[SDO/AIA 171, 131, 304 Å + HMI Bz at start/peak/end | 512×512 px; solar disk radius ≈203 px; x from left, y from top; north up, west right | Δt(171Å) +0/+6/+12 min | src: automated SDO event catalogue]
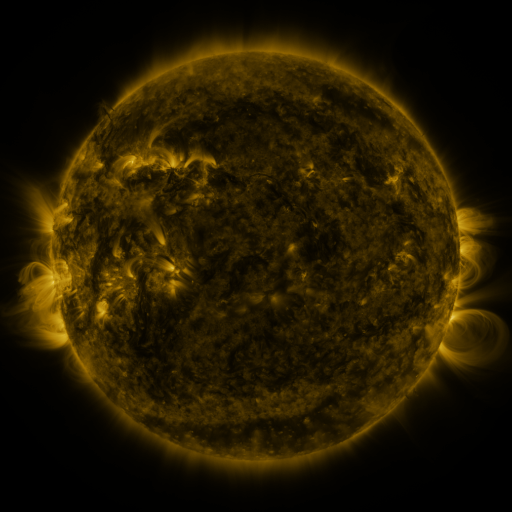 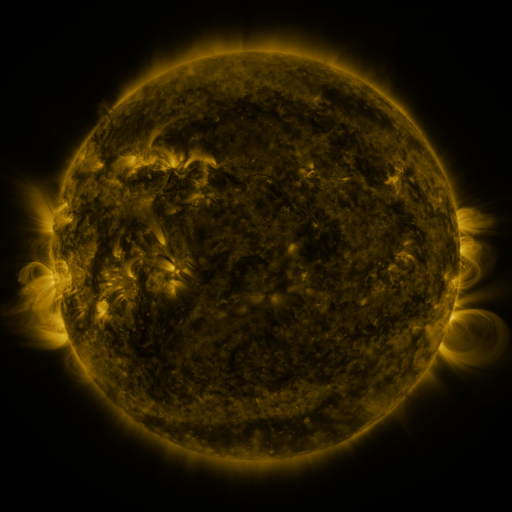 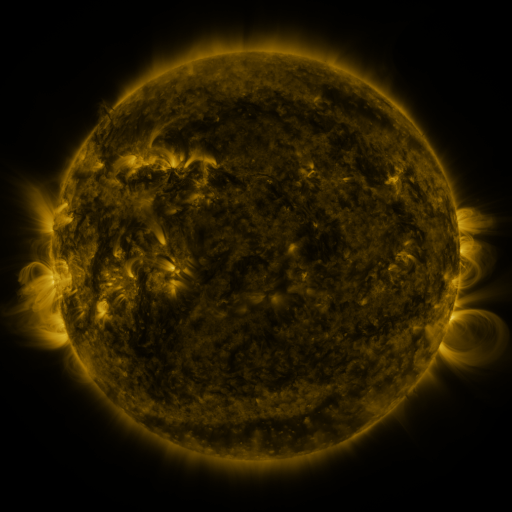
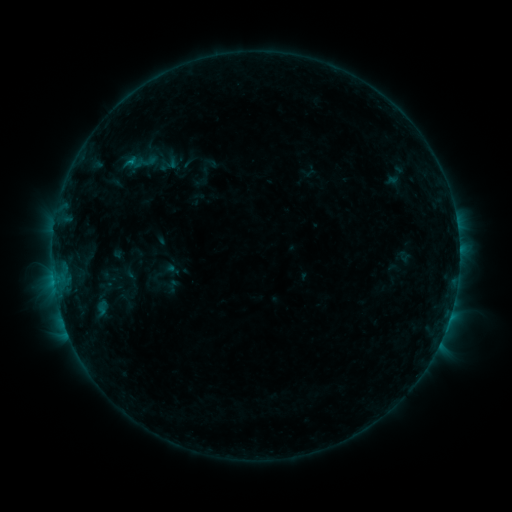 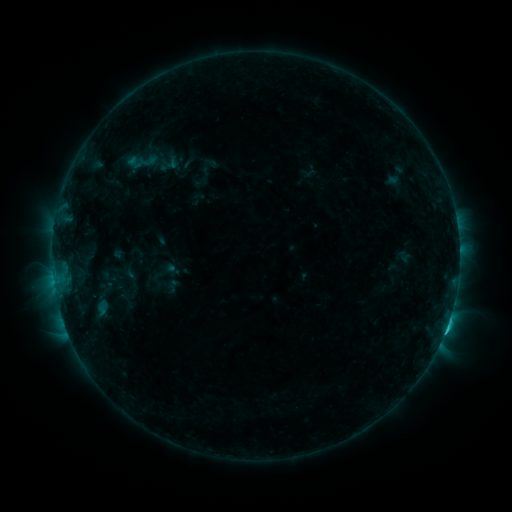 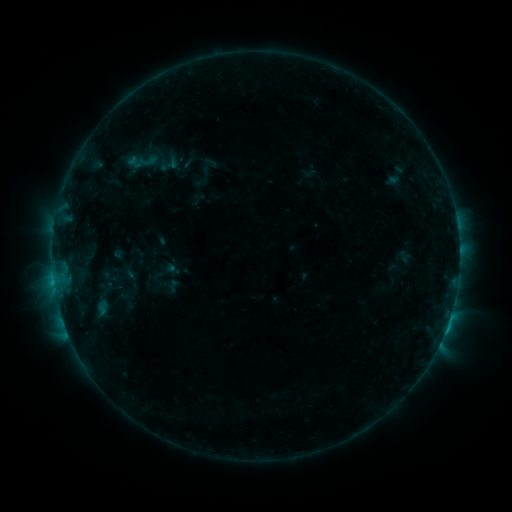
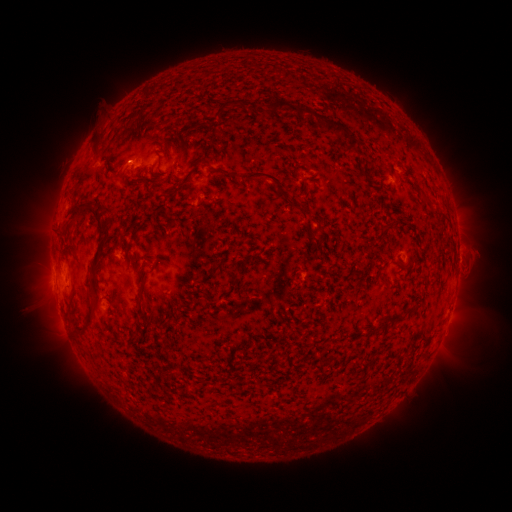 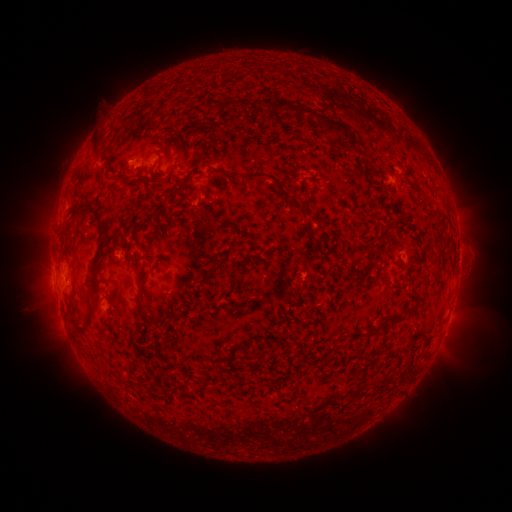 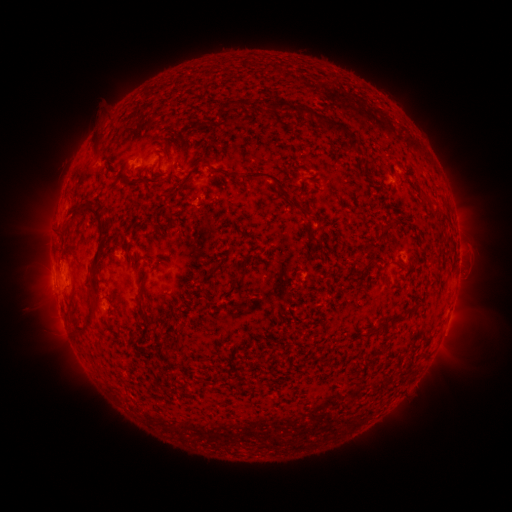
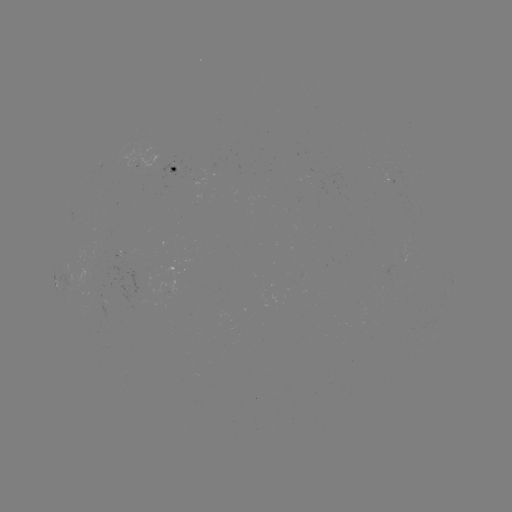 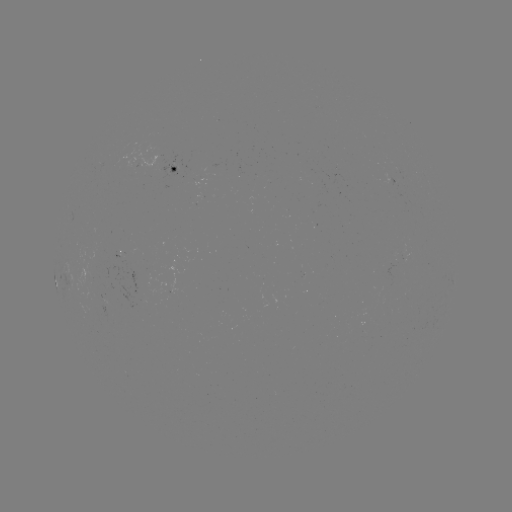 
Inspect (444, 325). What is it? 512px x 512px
C1.4 flare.